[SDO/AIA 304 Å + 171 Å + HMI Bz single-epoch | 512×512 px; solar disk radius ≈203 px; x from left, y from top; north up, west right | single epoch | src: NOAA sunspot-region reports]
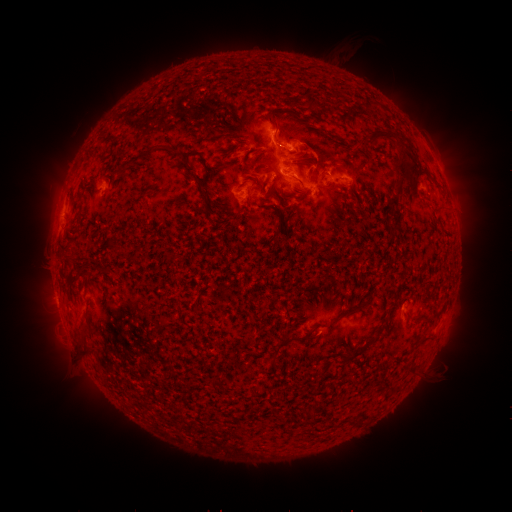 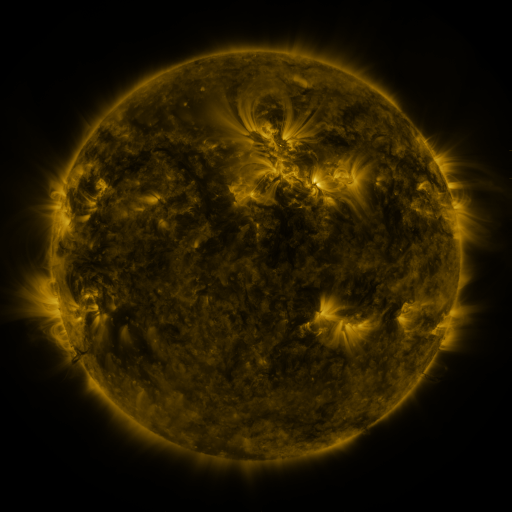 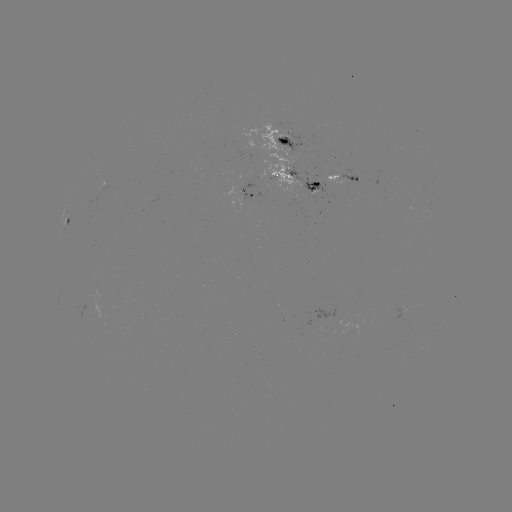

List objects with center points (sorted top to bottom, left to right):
spotted active region: (290, 141)
spotted active region: (296, 179)
spotted active region: (347, 181)
spotted active region: (105, 188)
spotted active region: (252, 192)
spotted active region: (68, 227)
